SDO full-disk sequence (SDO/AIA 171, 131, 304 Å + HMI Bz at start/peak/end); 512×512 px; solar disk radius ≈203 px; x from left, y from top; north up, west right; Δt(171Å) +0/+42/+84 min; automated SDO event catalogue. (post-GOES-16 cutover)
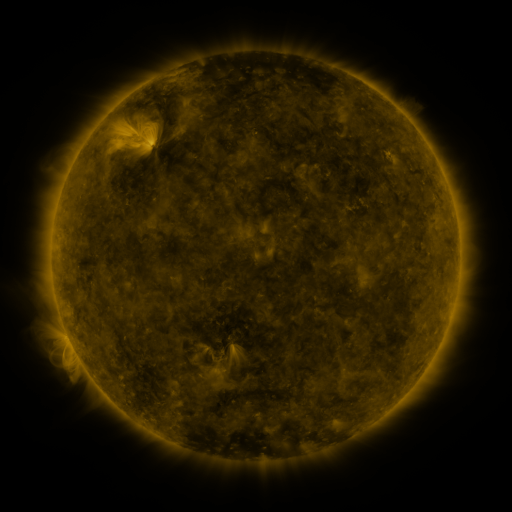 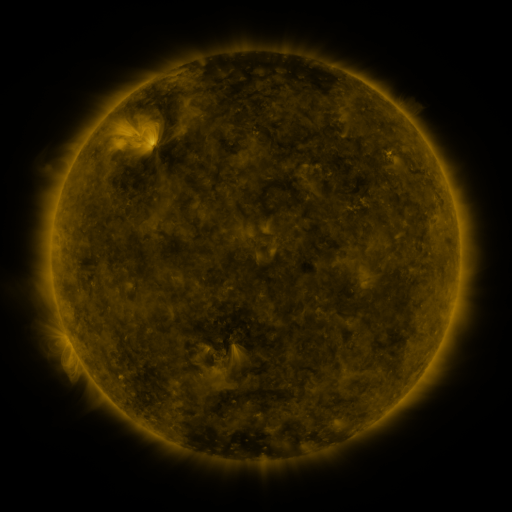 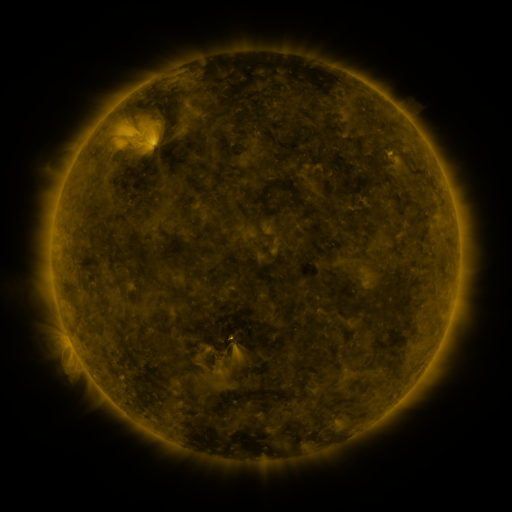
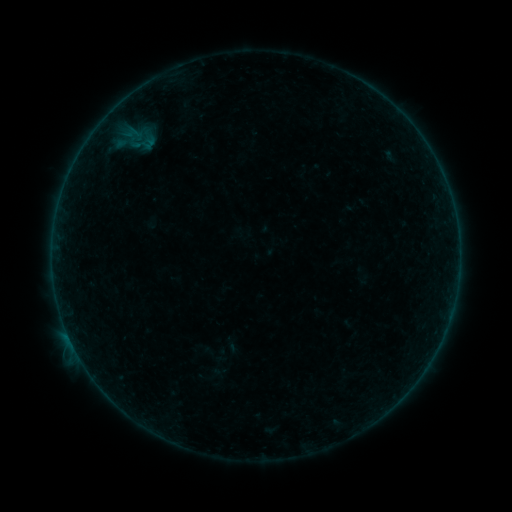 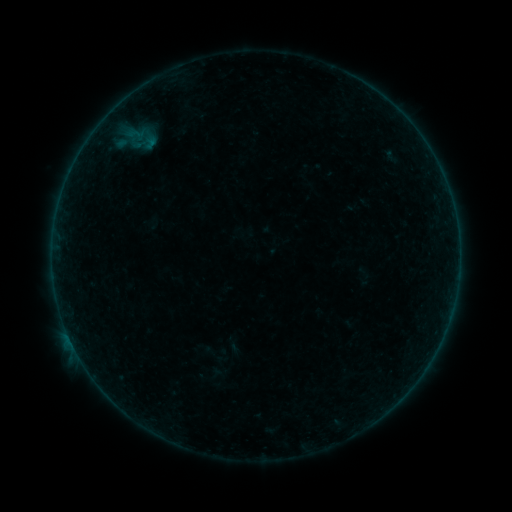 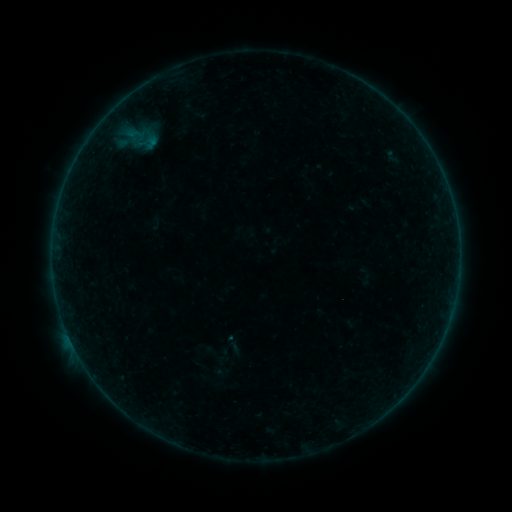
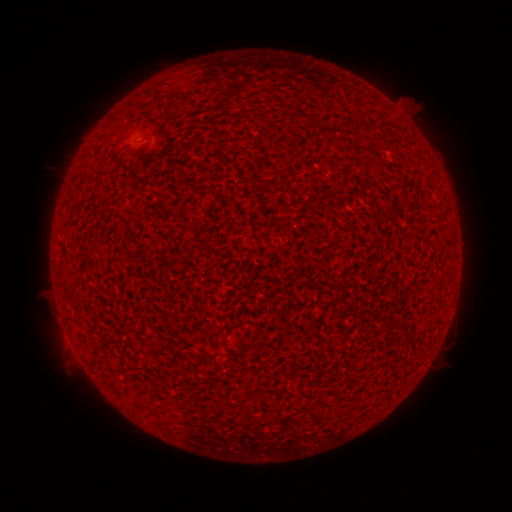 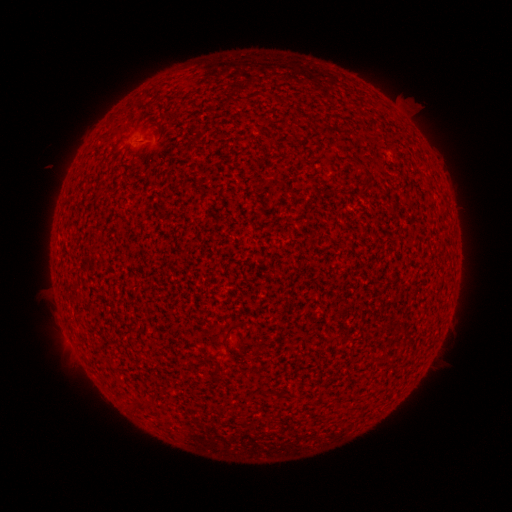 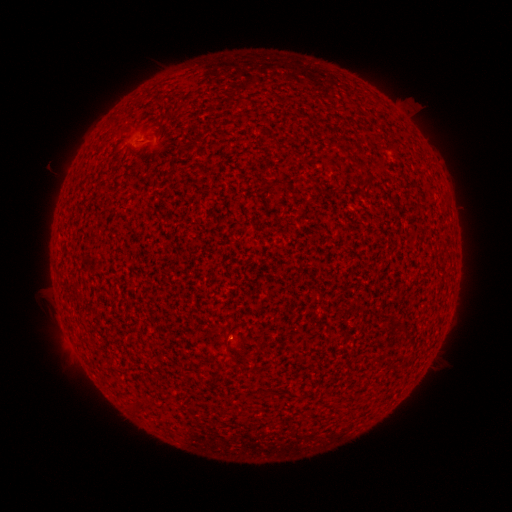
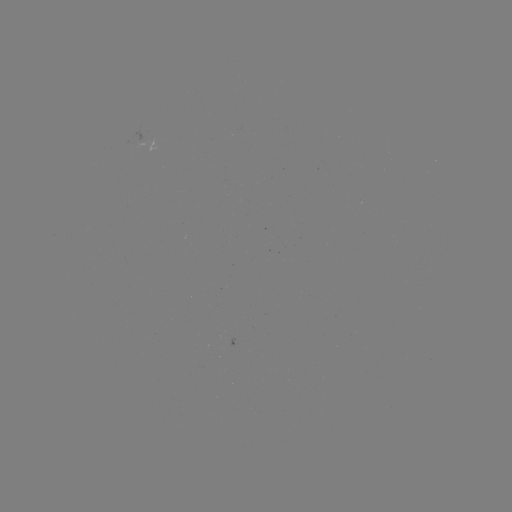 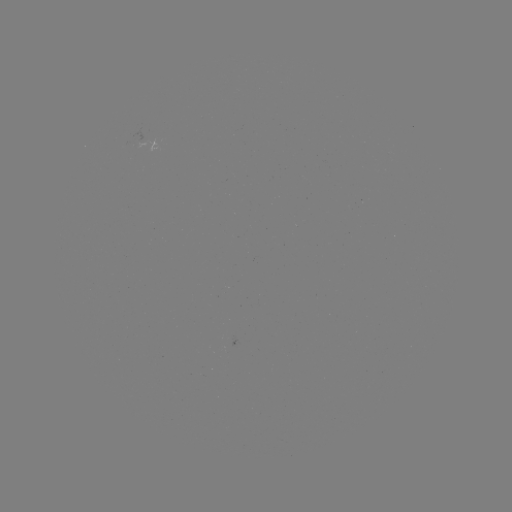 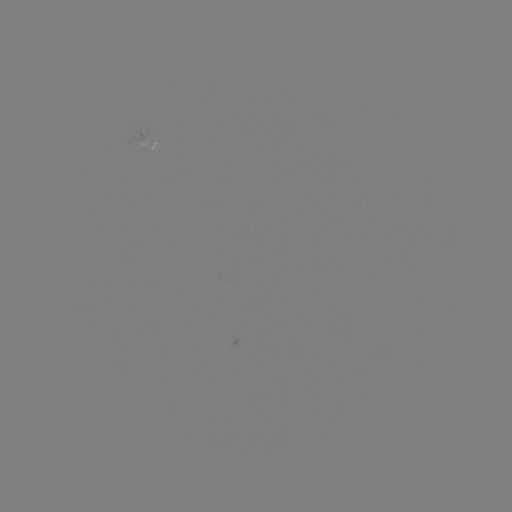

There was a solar flare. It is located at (71, 341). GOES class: B1.5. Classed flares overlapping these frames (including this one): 1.